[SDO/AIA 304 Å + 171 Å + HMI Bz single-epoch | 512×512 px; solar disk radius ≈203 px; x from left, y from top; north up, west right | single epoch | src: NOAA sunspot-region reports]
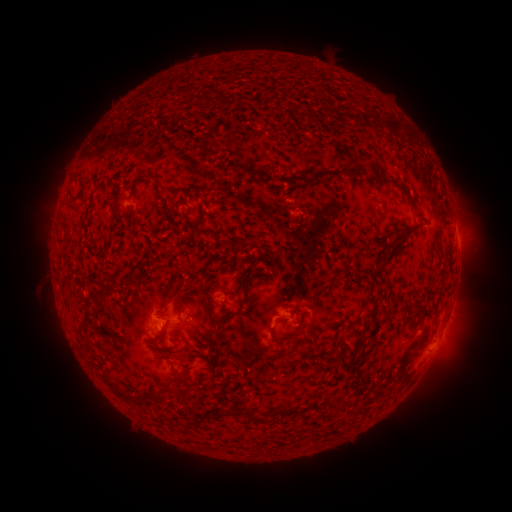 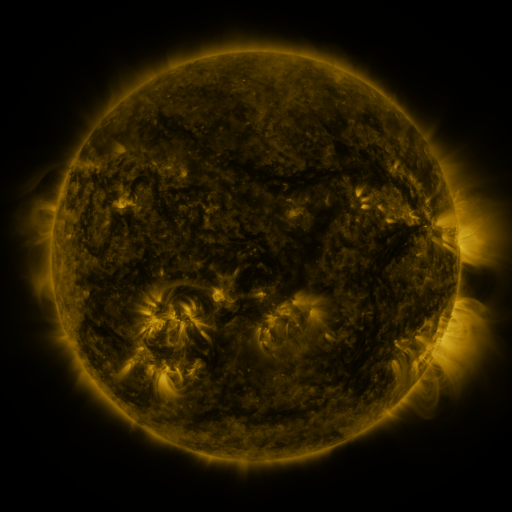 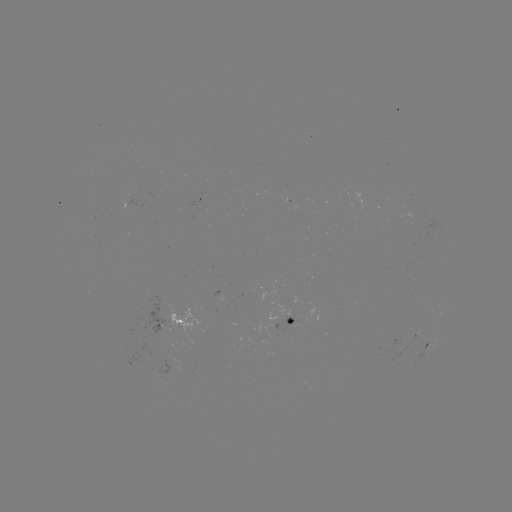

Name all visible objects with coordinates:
spotted active region: (132, 209)
spotted active region: (220, 296)
spotted active region: (451, 311)
spotted active region: (293, 313)
spotted active region: (182, 323)
spotted active region: (429, 344)
